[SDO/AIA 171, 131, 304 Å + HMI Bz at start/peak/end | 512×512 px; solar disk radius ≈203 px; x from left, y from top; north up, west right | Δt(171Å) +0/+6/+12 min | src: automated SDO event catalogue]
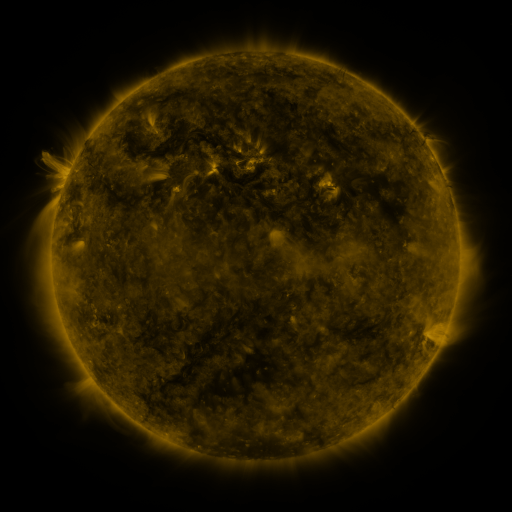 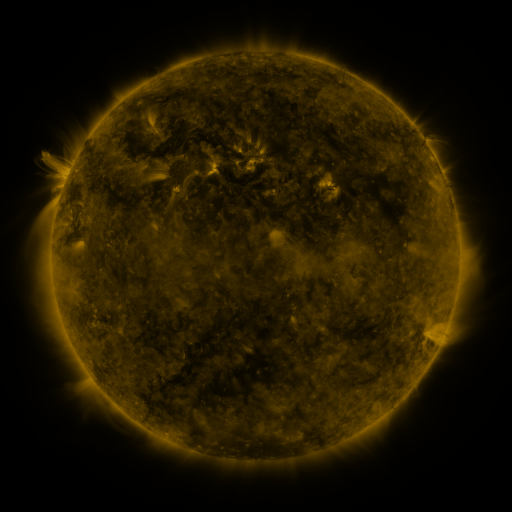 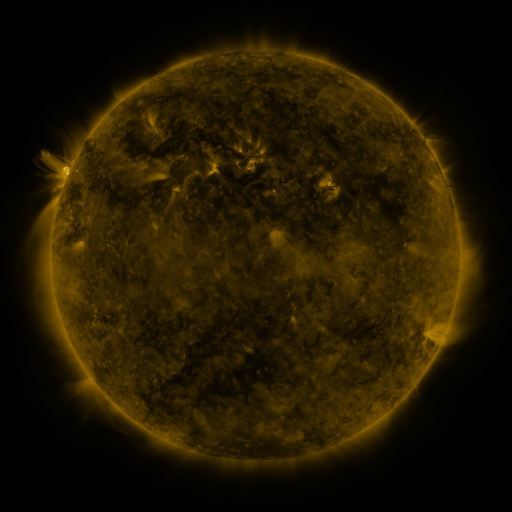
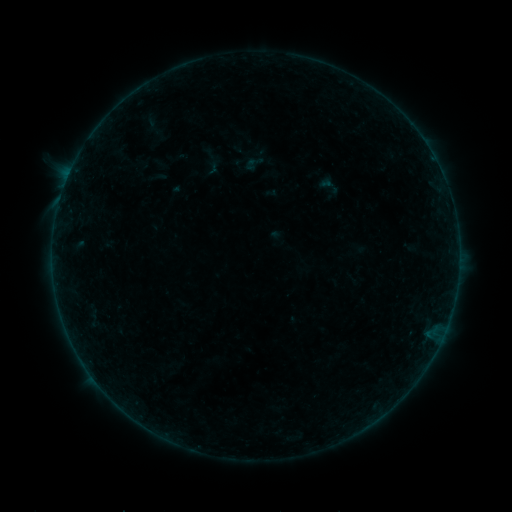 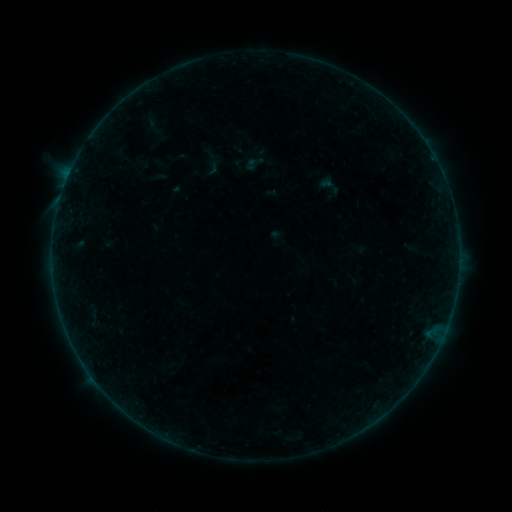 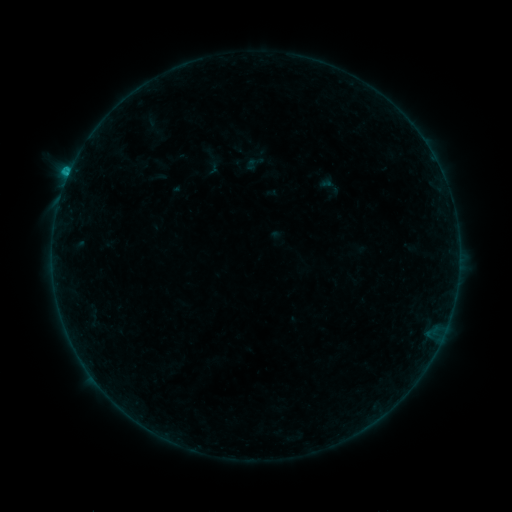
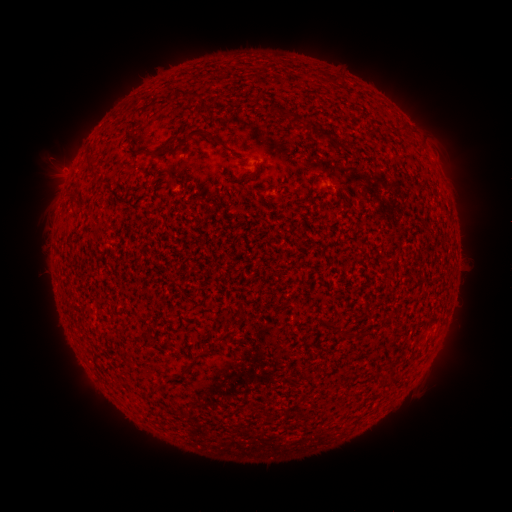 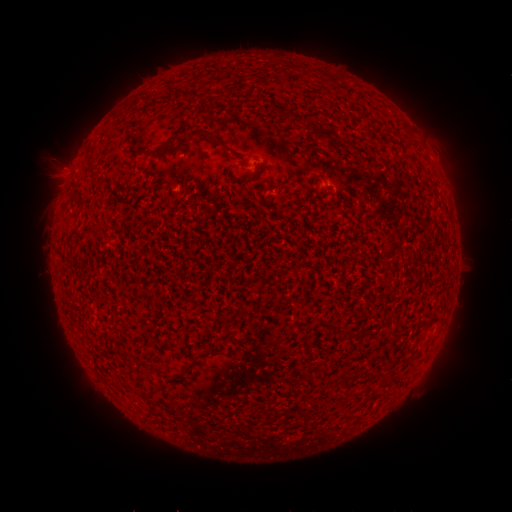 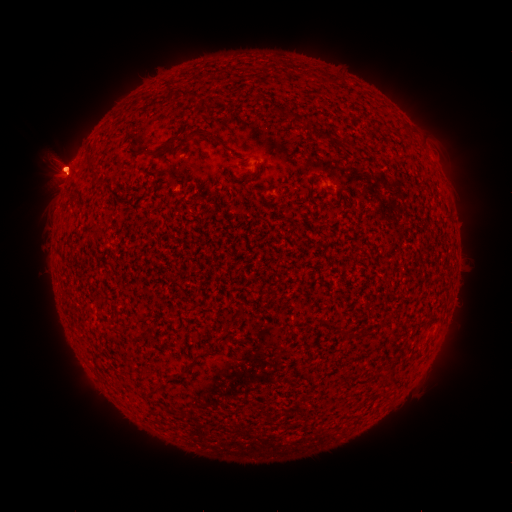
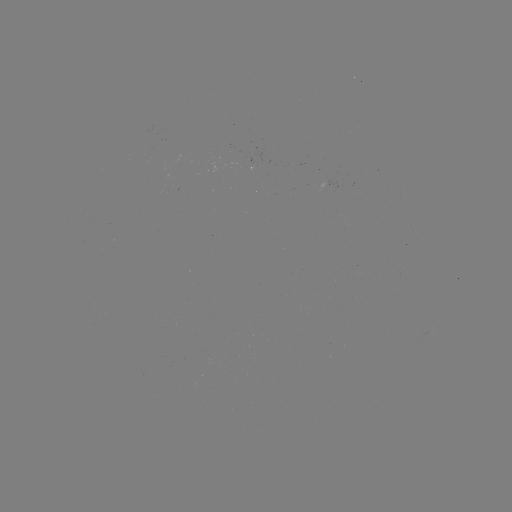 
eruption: [25, 134, 94, 225]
